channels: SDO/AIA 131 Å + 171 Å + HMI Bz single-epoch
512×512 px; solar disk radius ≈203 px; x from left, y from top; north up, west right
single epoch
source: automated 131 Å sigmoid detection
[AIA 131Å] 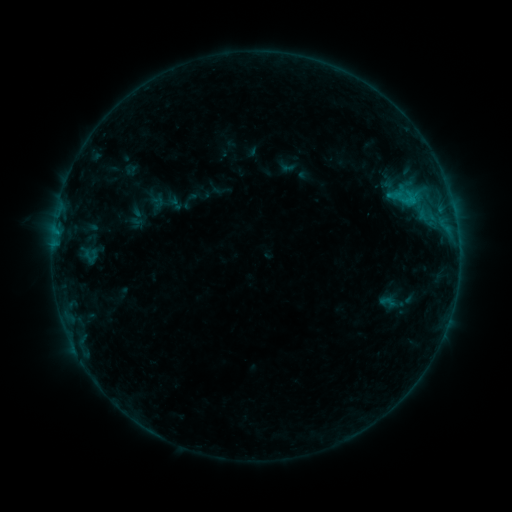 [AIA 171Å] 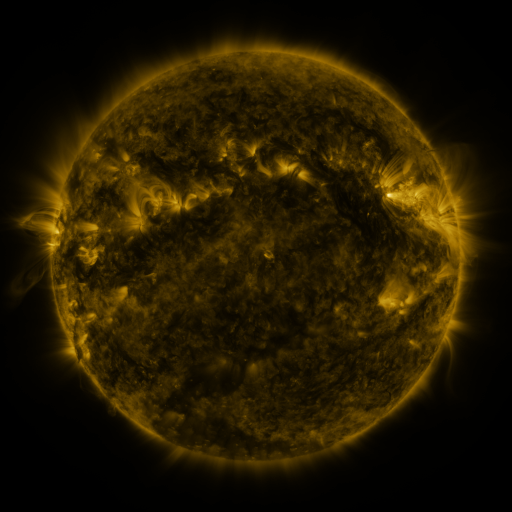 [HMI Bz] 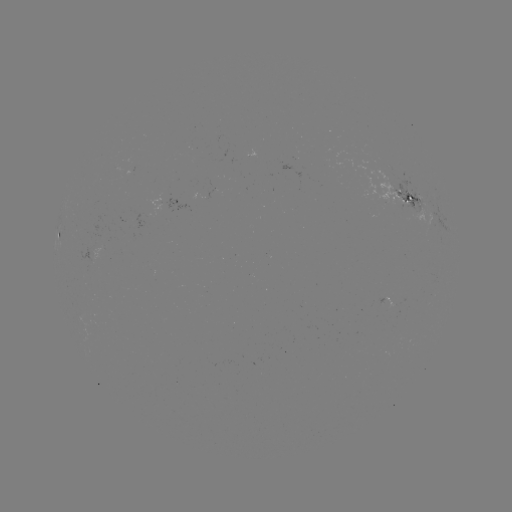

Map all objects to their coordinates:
sigmoid: (378, 292, 396, 312)
